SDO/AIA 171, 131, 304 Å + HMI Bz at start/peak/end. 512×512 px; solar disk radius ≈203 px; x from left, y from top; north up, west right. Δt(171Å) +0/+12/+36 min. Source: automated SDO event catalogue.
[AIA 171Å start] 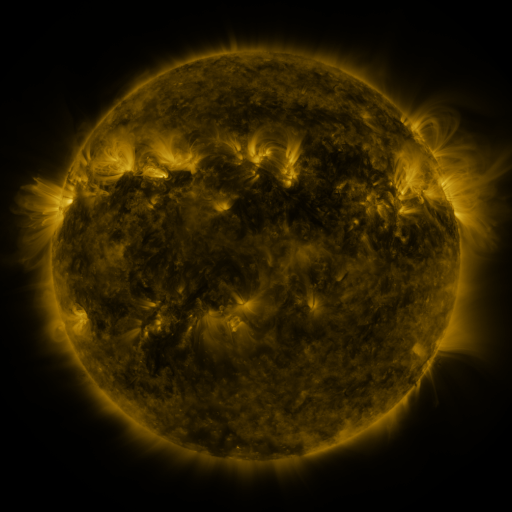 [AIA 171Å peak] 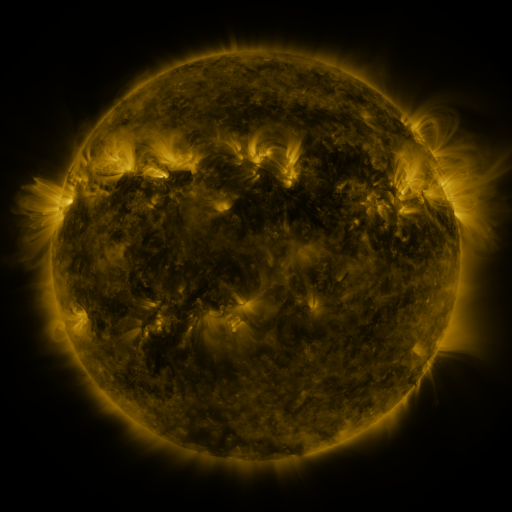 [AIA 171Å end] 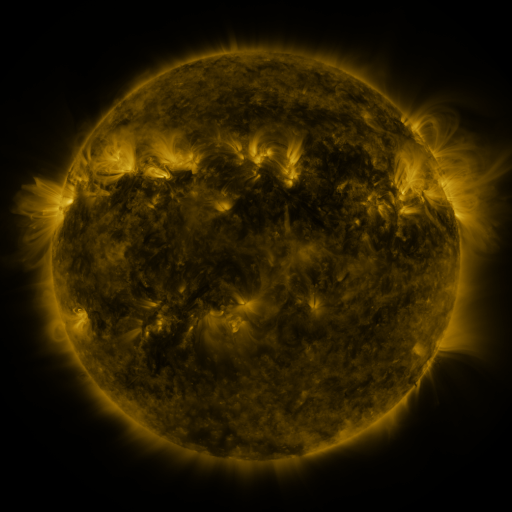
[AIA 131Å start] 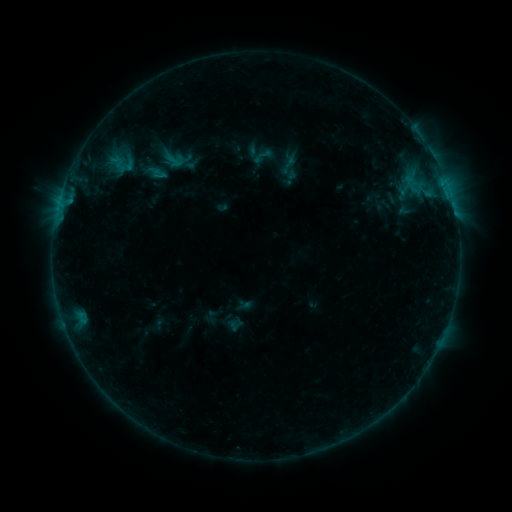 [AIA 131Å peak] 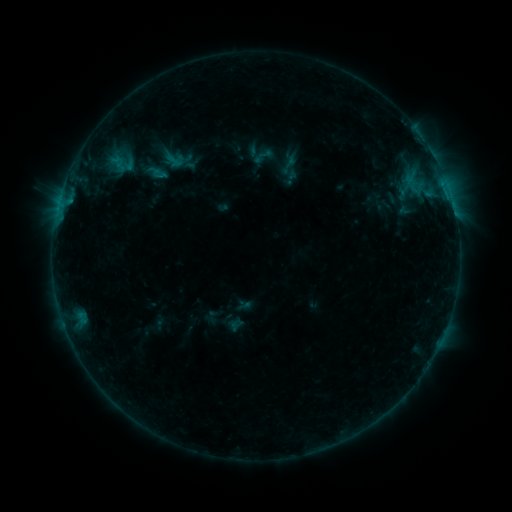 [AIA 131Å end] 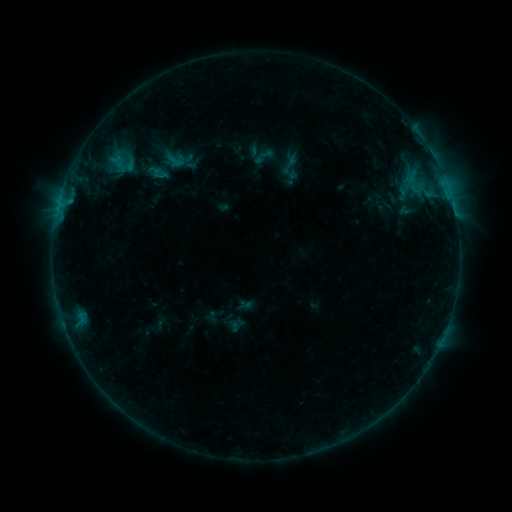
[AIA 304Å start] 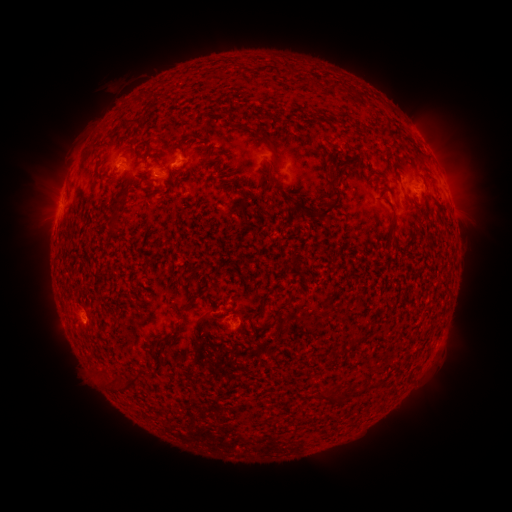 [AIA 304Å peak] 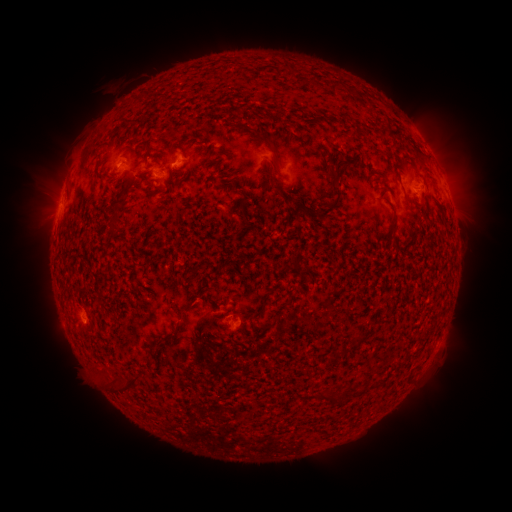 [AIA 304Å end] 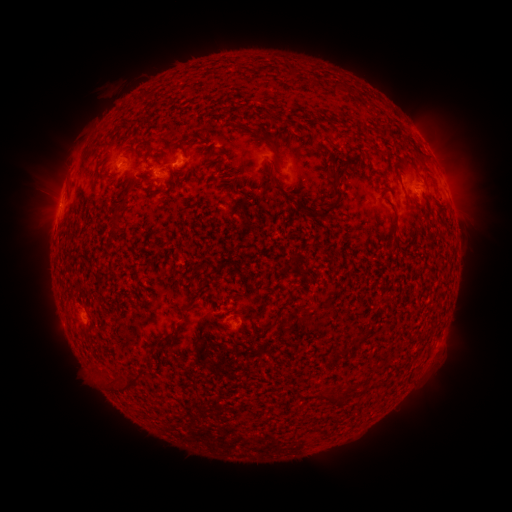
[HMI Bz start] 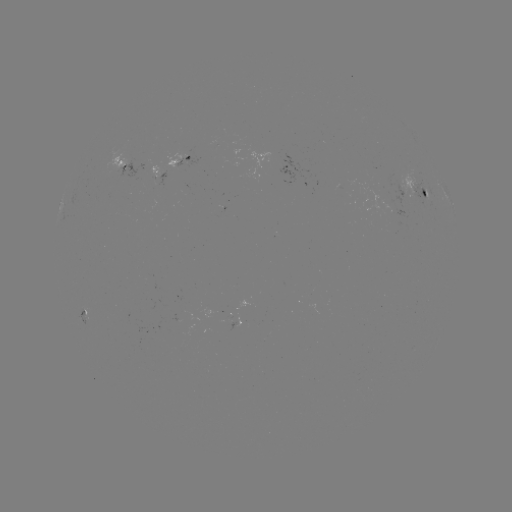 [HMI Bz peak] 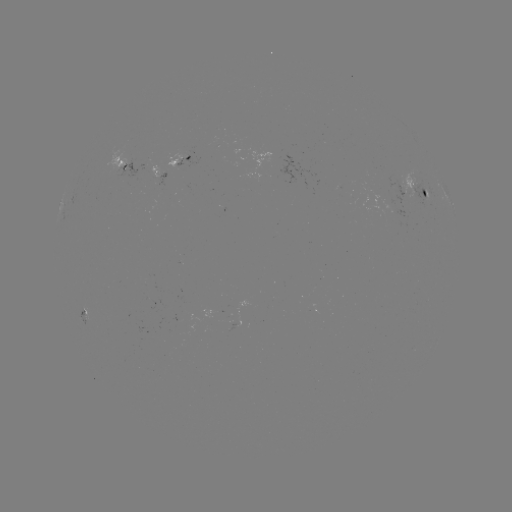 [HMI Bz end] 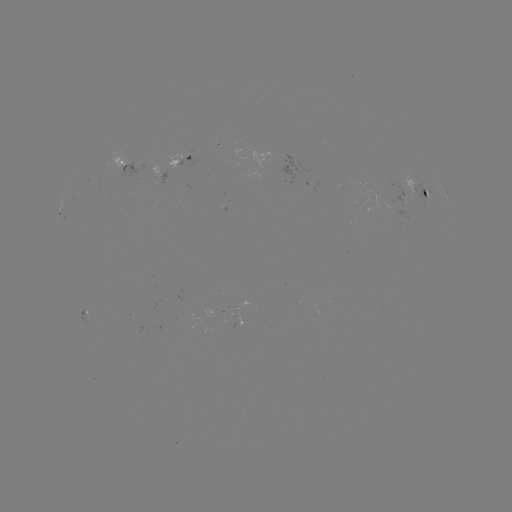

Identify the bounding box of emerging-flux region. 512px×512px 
[388, 209, 403, 217].